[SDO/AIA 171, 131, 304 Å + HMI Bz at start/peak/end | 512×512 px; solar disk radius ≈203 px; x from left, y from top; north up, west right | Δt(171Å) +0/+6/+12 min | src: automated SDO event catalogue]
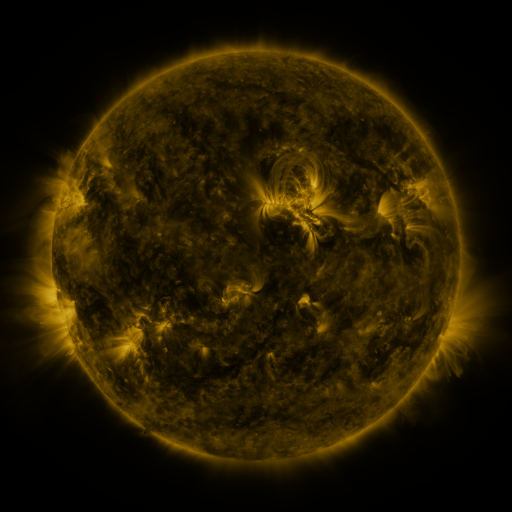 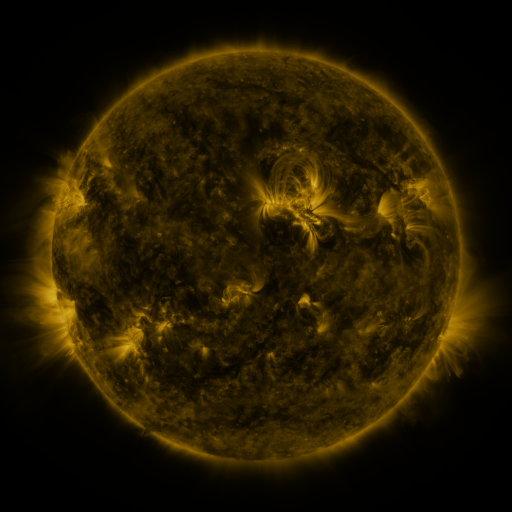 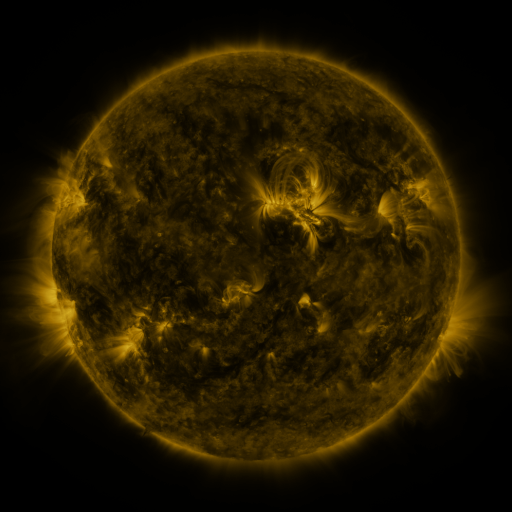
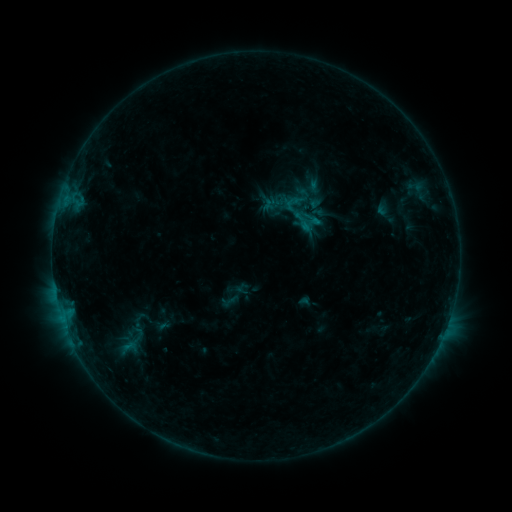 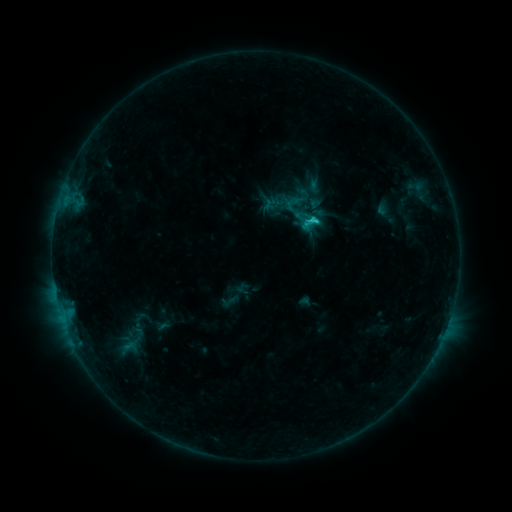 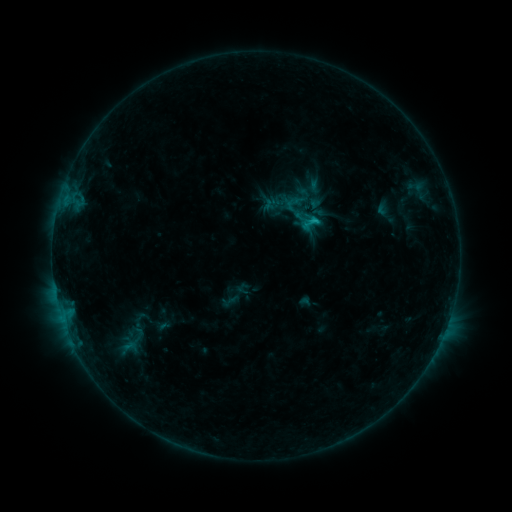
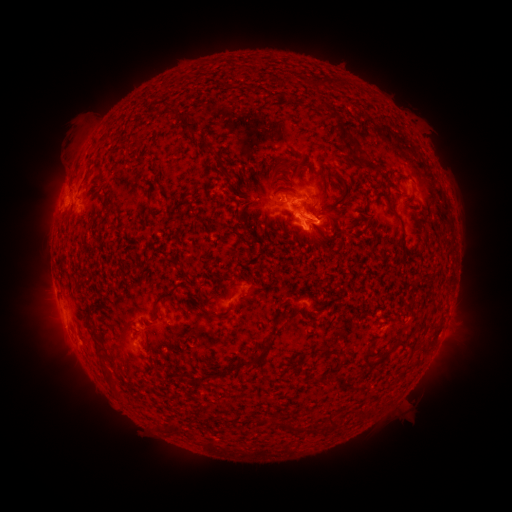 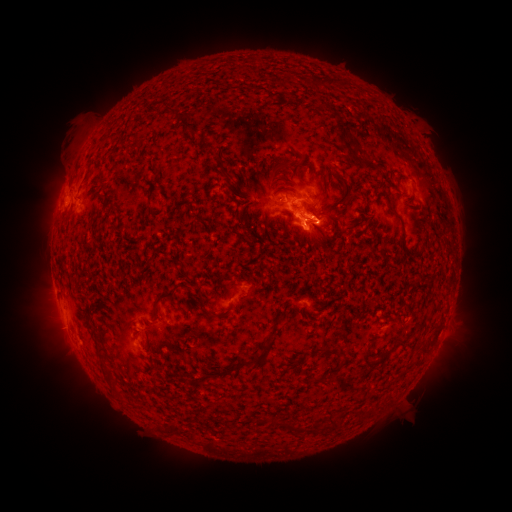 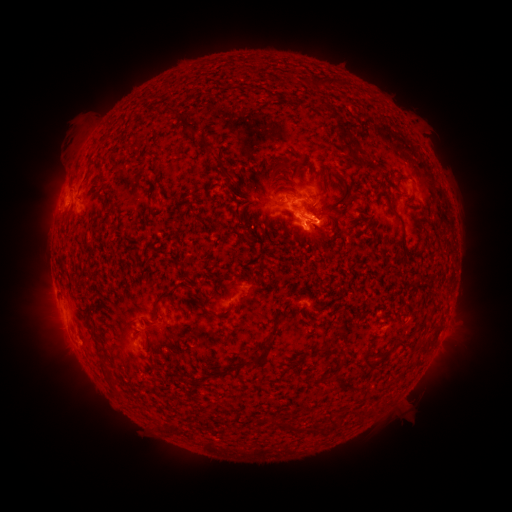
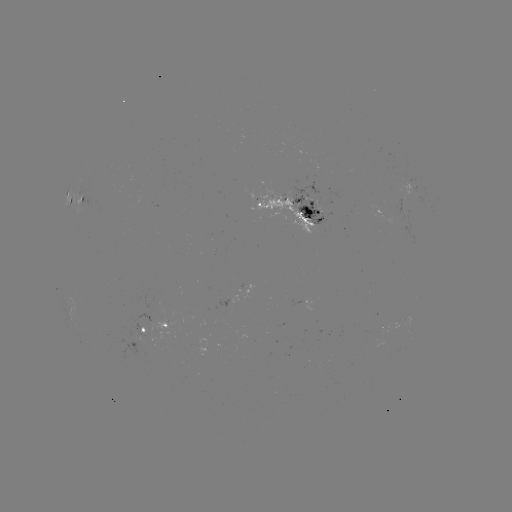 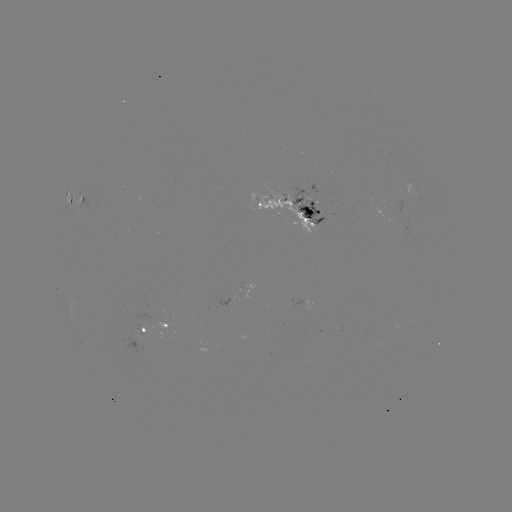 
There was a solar flare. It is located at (315, 221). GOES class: C1.4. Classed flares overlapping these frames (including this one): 1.